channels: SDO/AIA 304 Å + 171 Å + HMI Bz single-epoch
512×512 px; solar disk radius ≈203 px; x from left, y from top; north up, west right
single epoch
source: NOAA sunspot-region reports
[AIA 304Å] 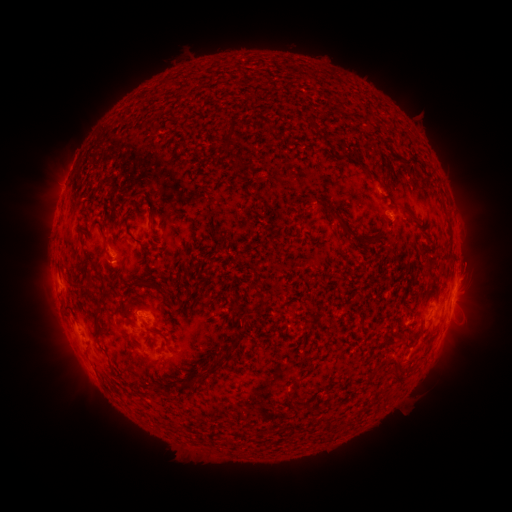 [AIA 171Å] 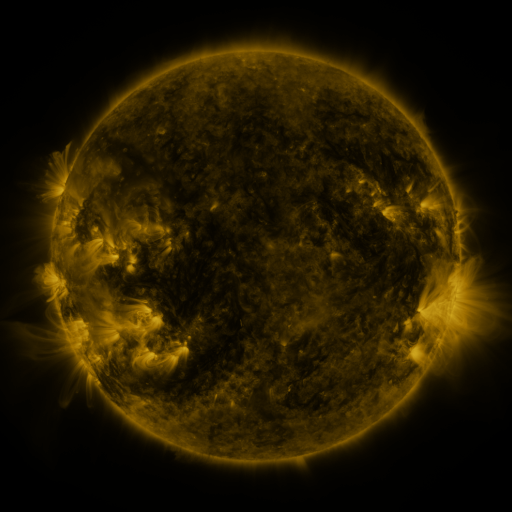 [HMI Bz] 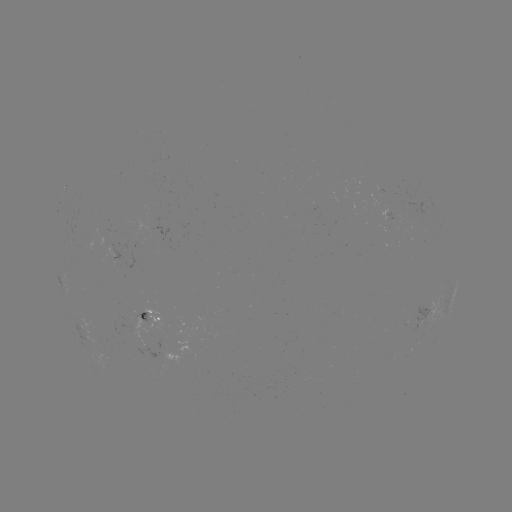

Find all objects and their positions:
spotted active region: (117, 249)
spotted active region: (454, 296)
spotted active region: (432, 311)
spotted active region: (151, 317)
